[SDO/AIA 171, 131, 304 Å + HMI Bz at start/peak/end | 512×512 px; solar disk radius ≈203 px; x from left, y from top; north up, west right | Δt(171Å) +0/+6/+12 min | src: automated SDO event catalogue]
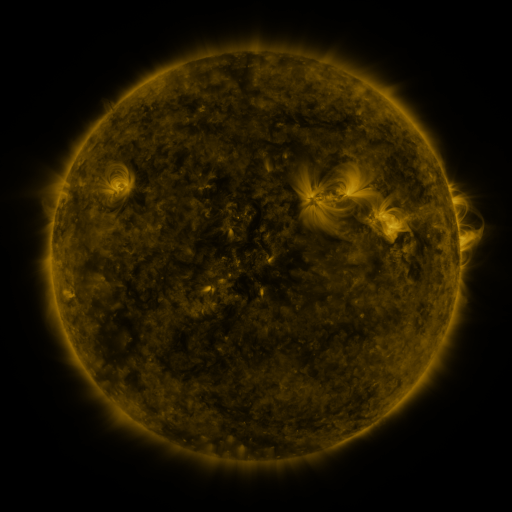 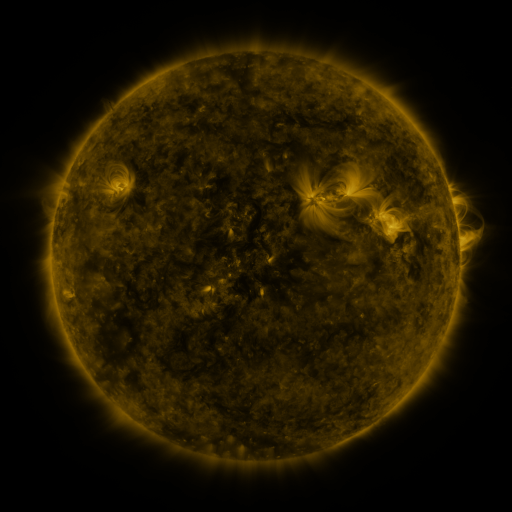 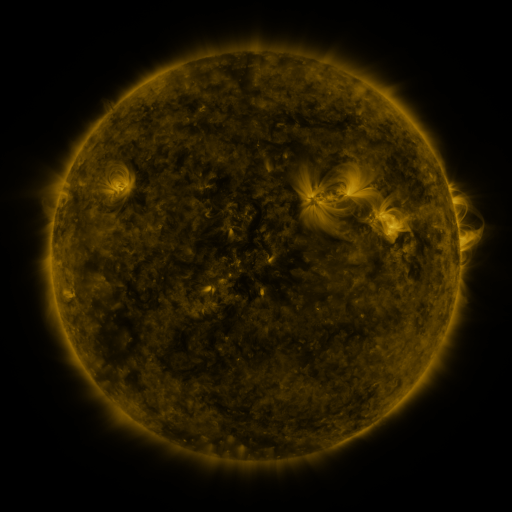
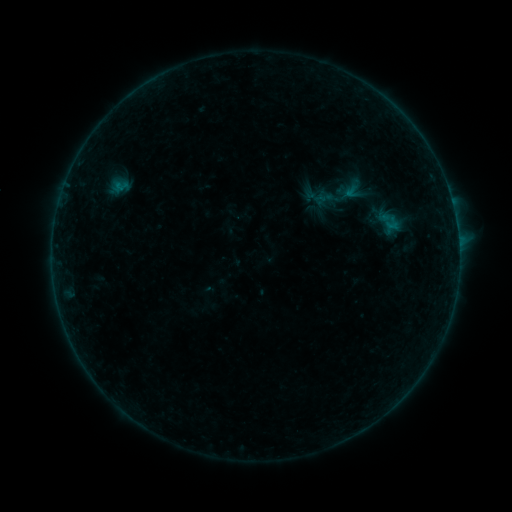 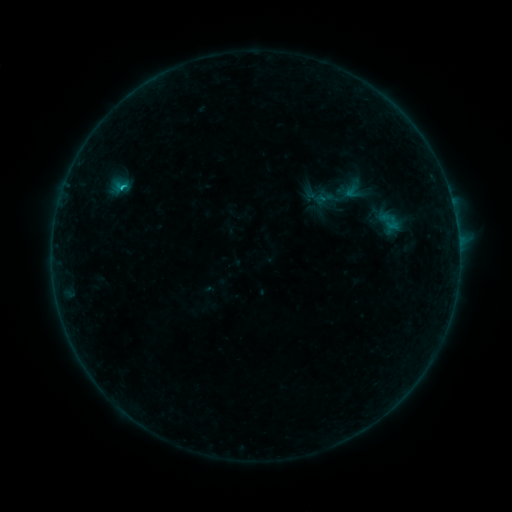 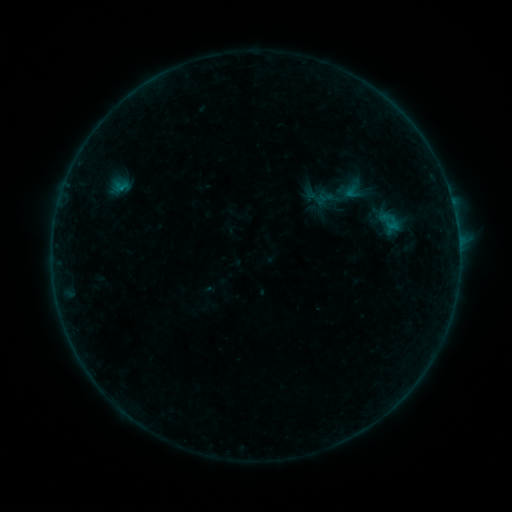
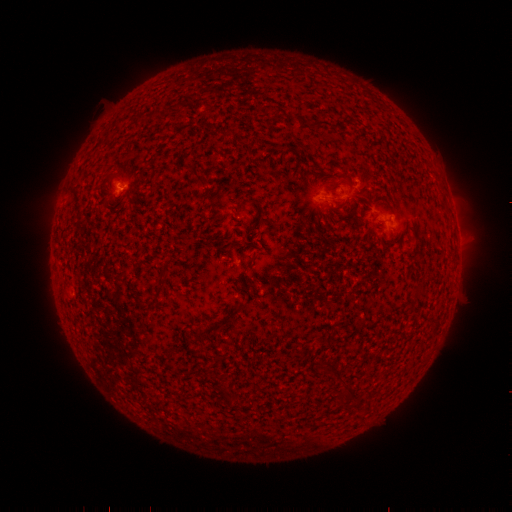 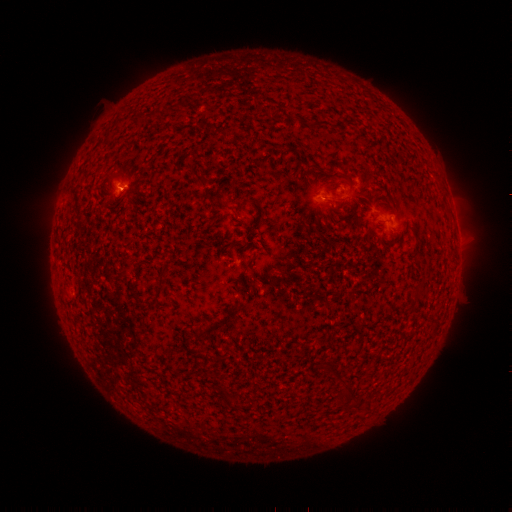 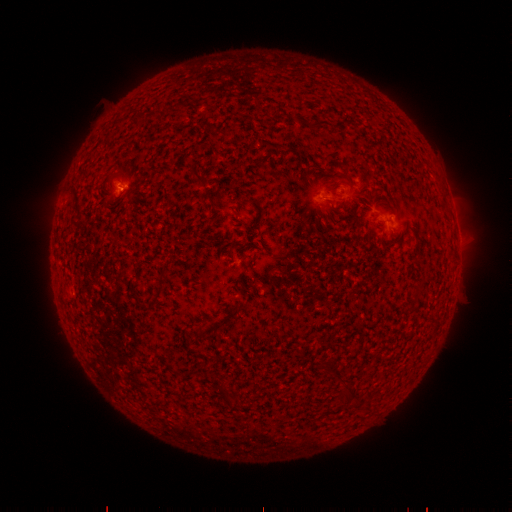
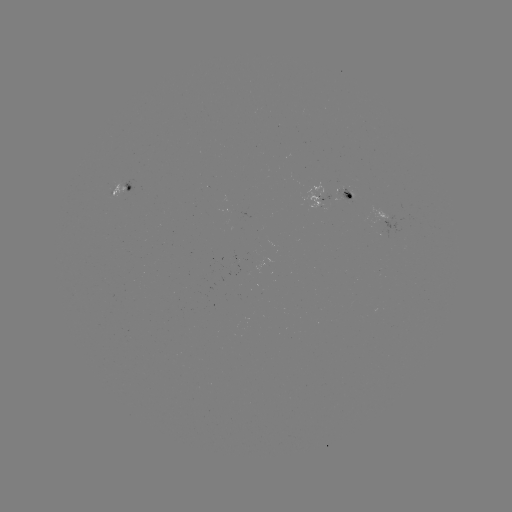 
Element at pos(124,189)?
B4.1 flare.